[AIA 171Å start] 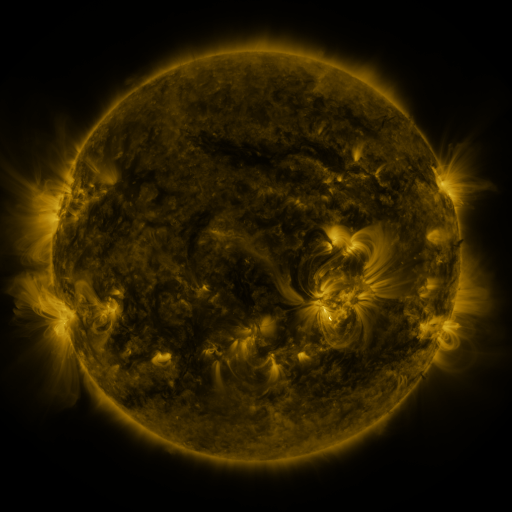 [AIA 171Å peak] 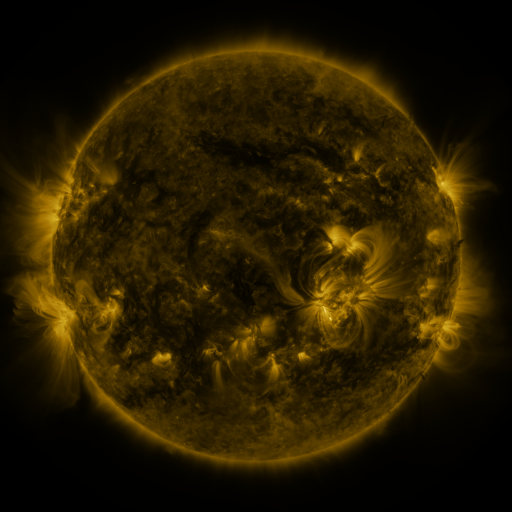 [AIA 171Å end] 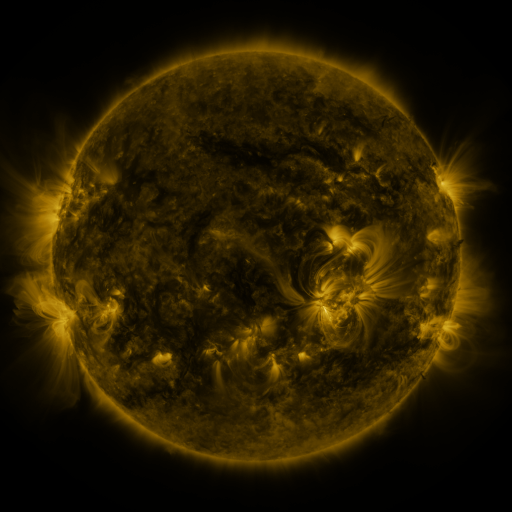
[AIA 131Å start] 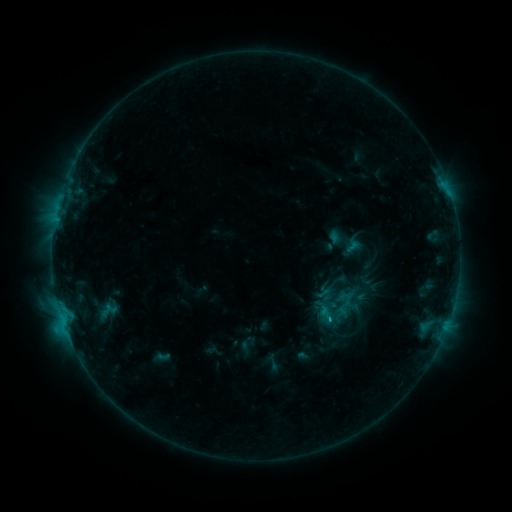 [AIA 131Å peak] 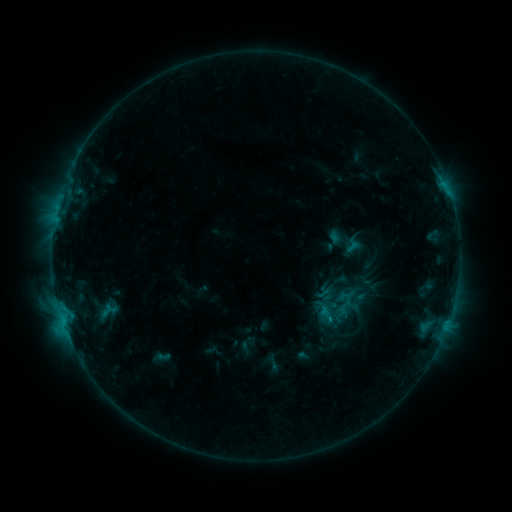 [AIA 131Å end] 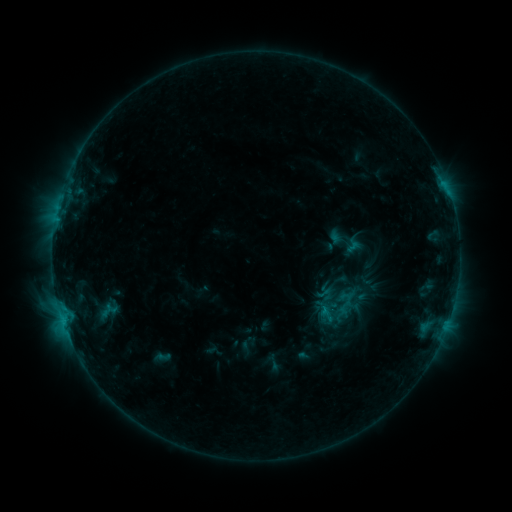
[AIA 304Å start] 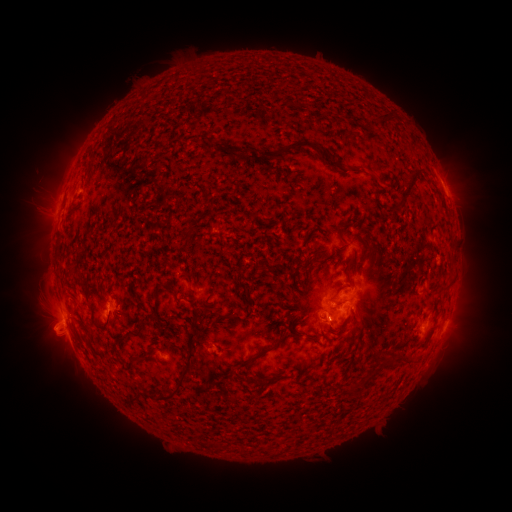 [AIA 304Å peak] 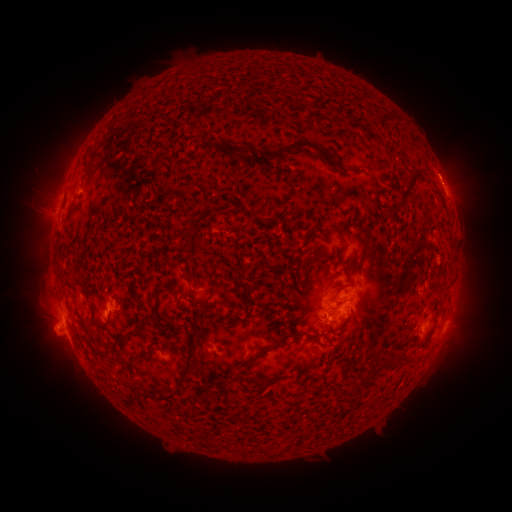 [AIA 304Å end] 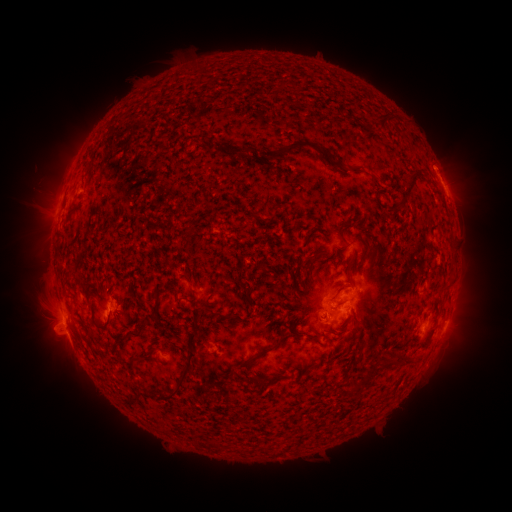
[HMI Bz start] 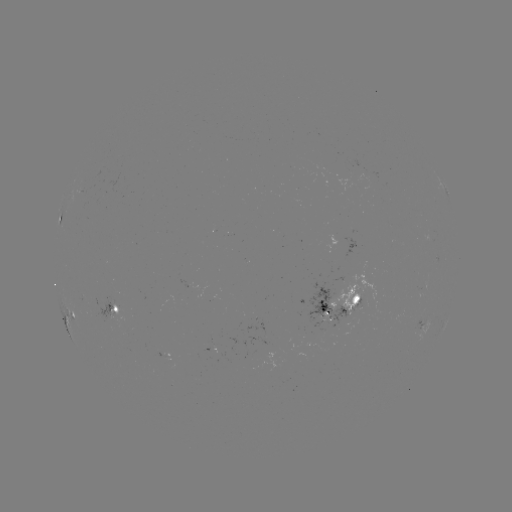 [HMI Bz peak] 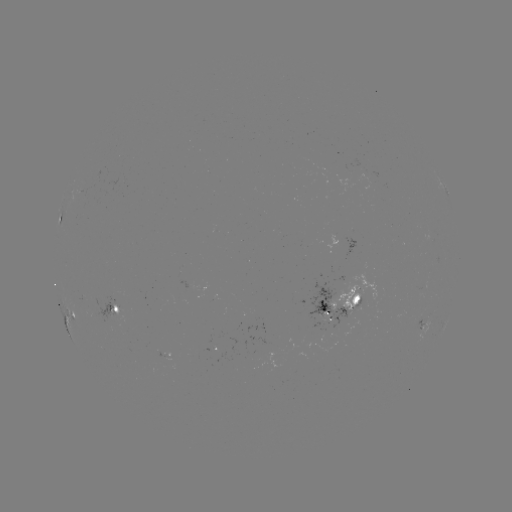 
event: eruption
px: (445, 171)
